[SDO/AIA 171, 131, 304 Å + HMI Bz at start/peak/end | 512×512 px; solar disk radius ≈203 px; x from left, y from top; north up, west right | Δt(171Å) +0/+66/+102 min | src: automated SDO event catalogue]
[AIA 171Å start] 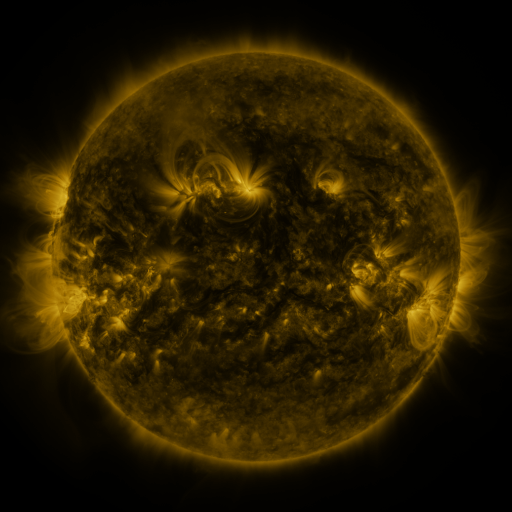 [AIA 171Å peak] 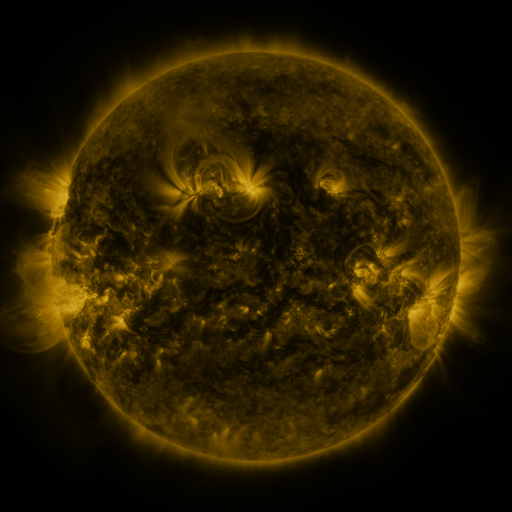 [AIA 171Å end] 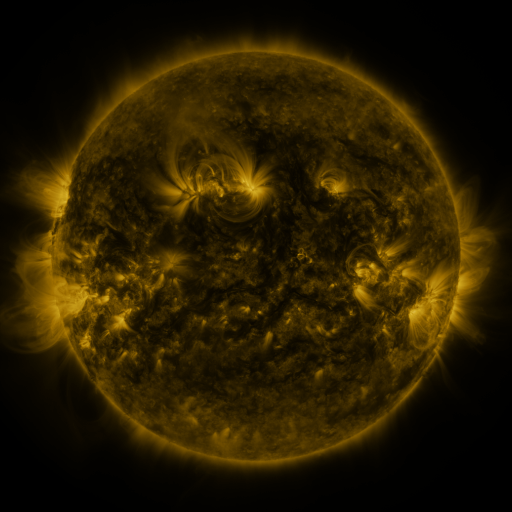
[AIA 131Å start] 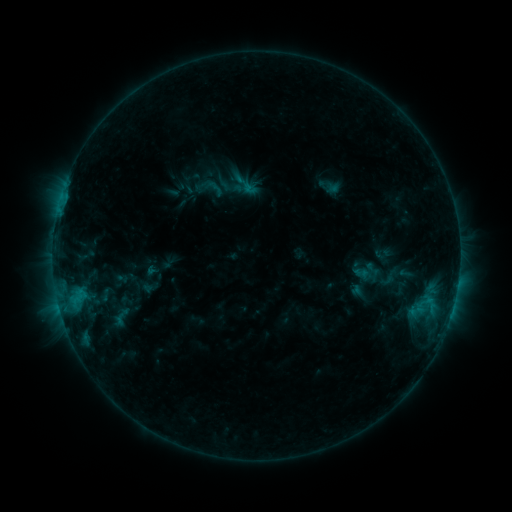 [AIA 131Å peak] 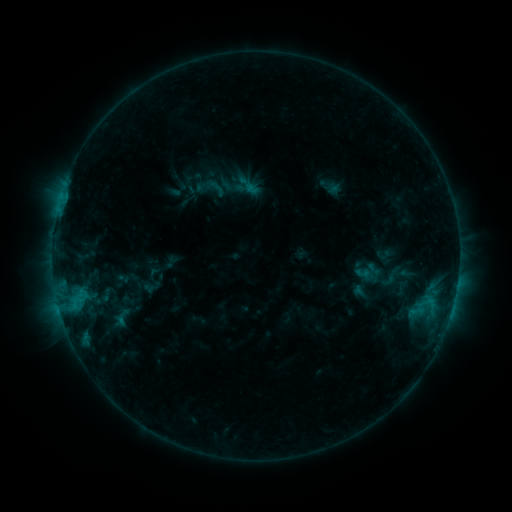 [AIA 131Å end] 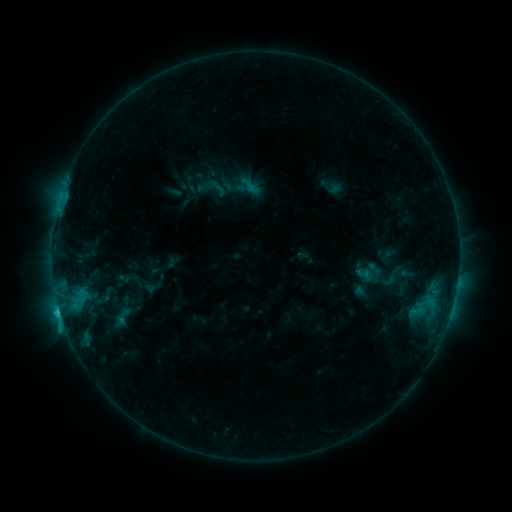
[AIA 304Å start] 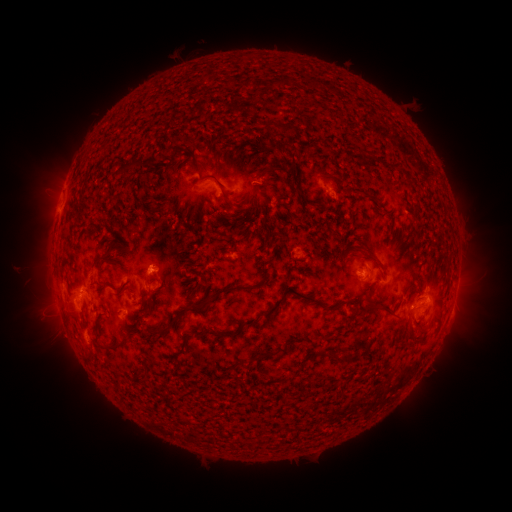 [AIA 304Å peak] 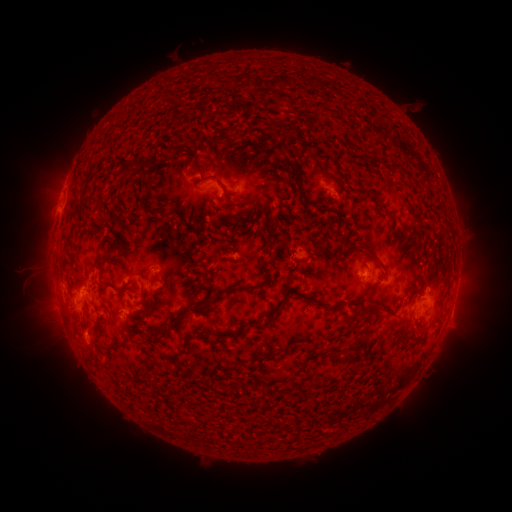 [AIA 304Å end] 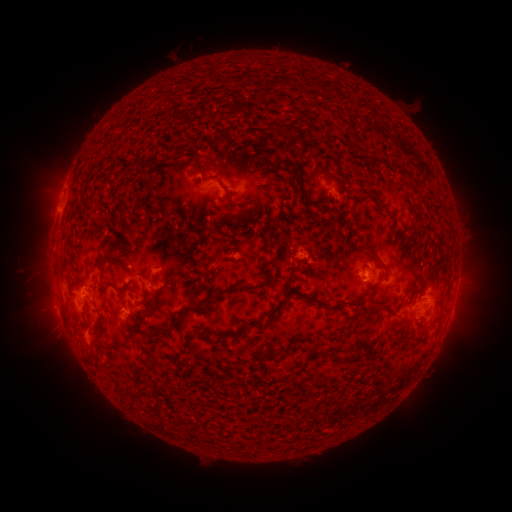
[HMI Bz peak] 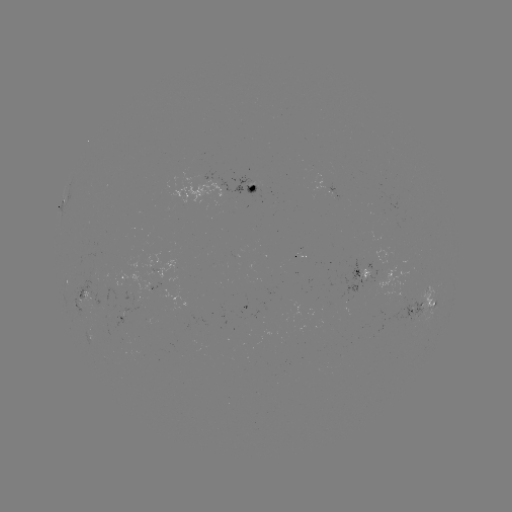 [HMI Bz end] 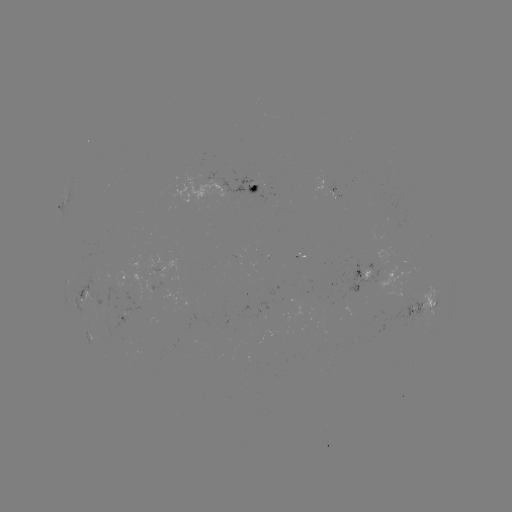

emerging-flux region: (197, 152, 207, 155)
